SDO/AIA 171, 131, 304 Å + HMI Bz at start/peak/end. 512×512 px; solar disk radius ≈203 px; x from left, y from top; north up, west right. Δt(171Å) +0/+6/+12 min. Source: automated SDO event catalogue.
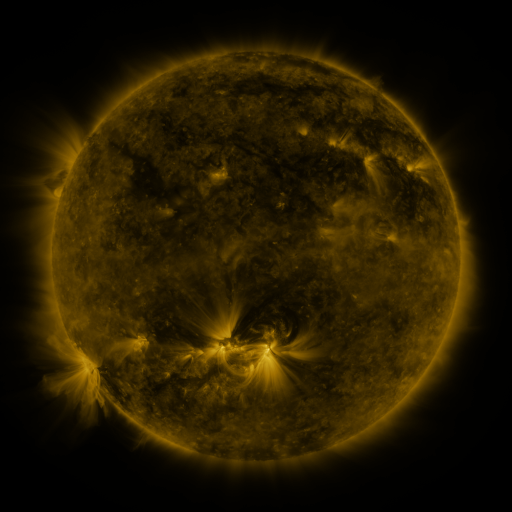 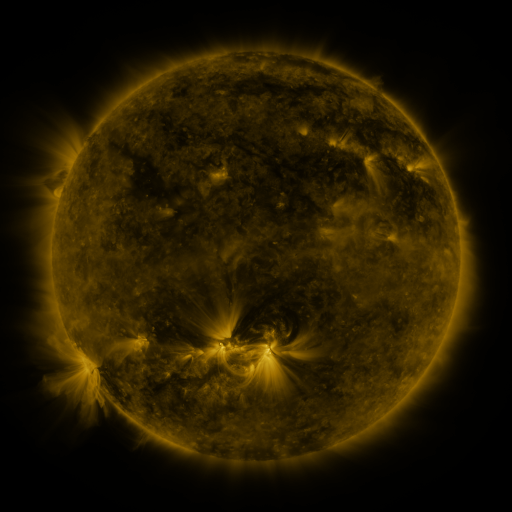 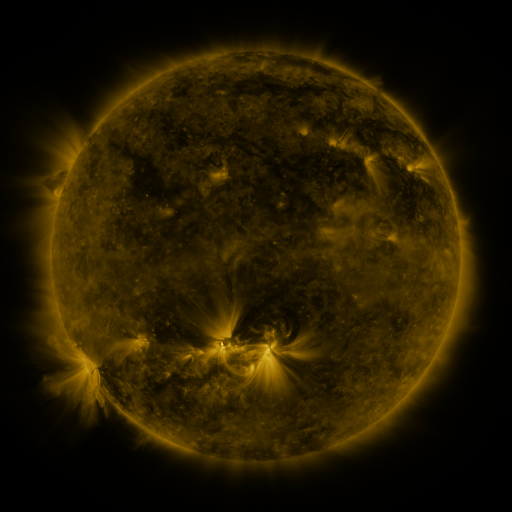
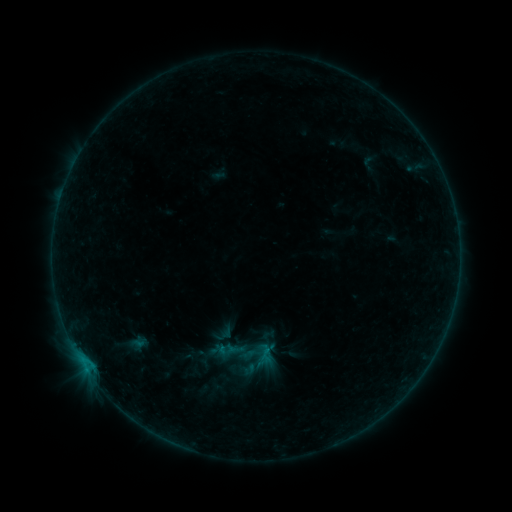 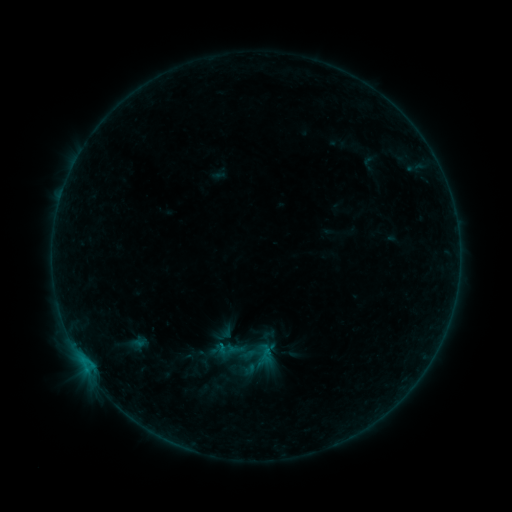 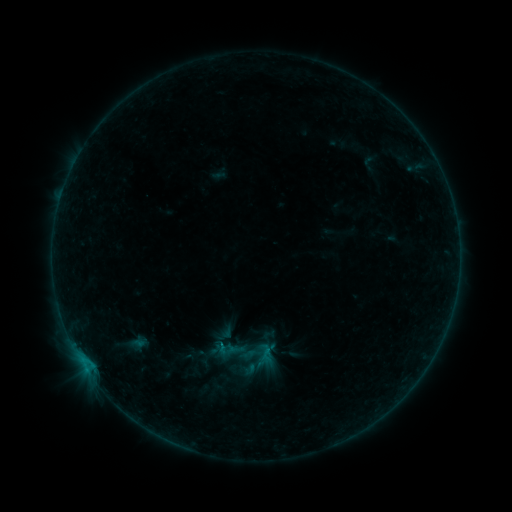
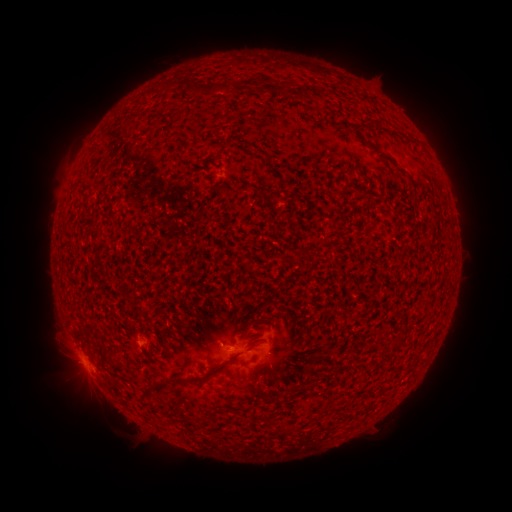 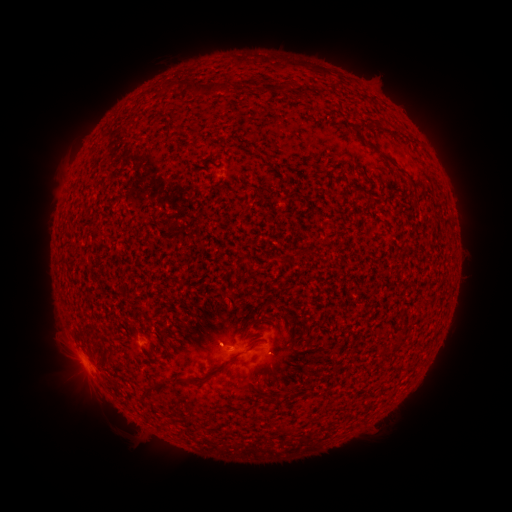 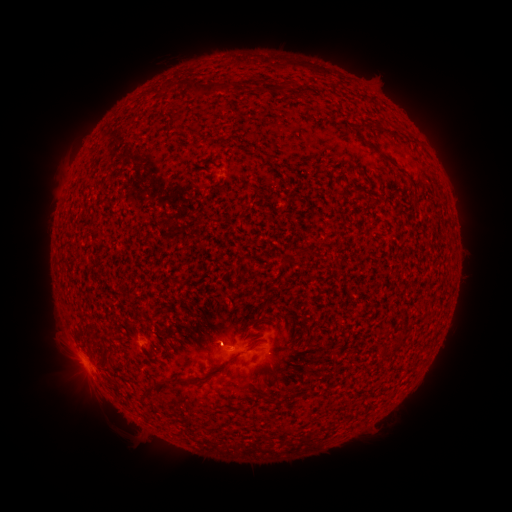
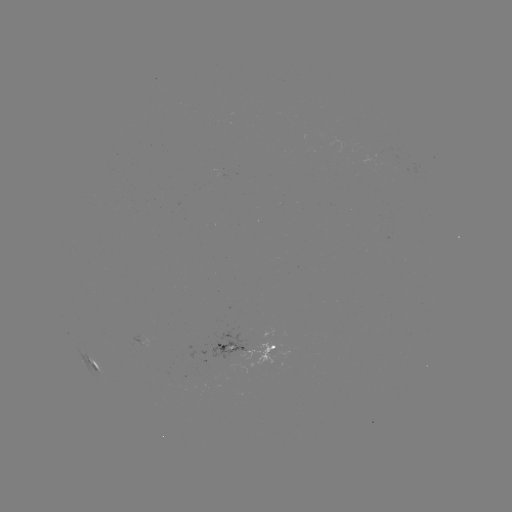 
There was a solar flare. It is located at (81, 358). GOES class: B2.5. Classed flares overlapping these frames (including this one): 1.